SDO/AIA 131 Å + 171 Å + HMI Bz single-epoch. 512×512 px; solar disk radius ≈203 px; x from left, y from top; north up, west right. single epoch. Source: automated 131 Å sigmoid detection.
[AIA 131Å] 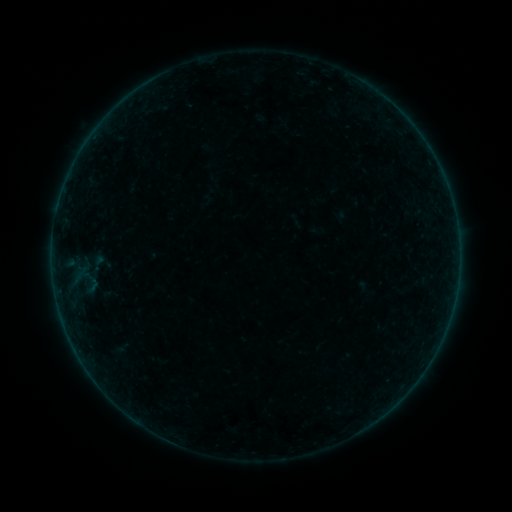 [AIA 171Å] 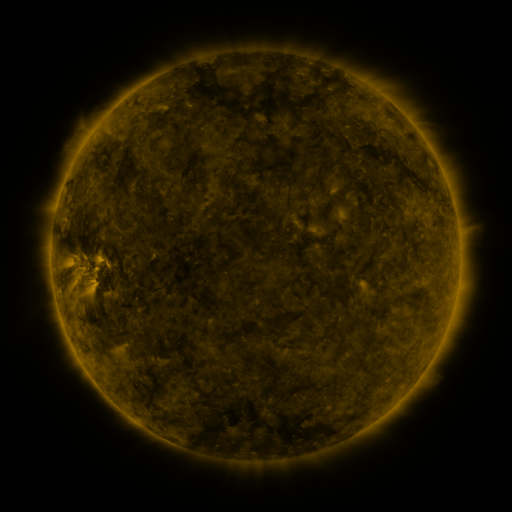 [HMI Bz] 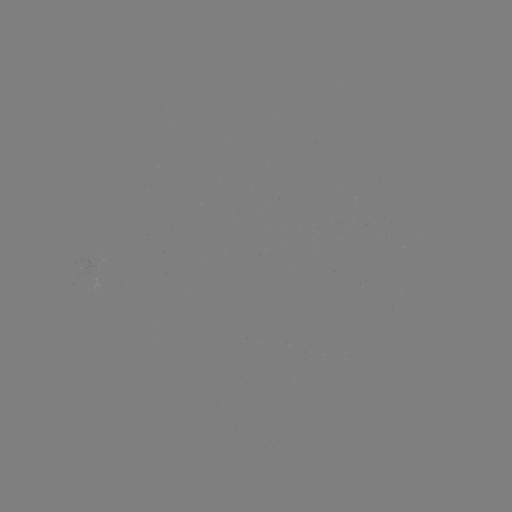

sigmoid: [85, 253, 110, 275]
